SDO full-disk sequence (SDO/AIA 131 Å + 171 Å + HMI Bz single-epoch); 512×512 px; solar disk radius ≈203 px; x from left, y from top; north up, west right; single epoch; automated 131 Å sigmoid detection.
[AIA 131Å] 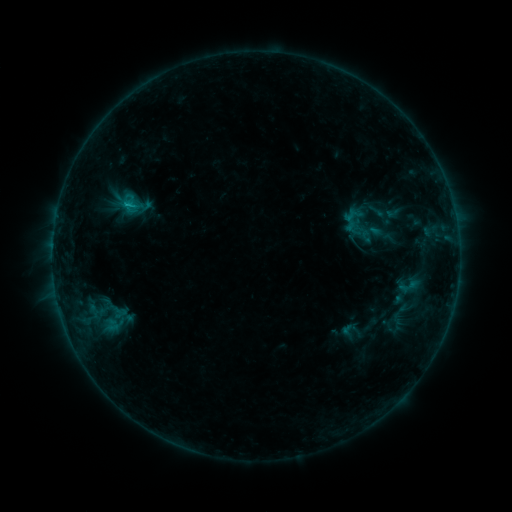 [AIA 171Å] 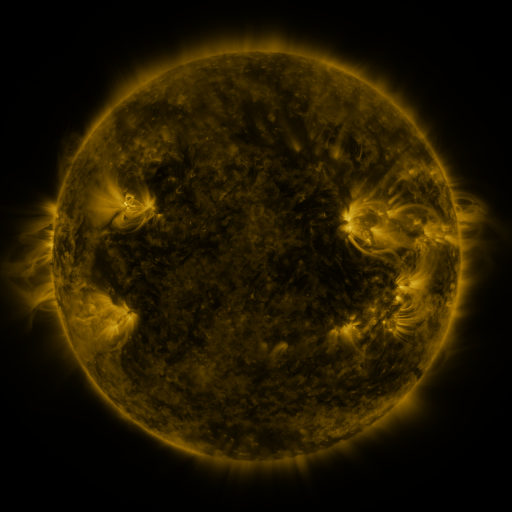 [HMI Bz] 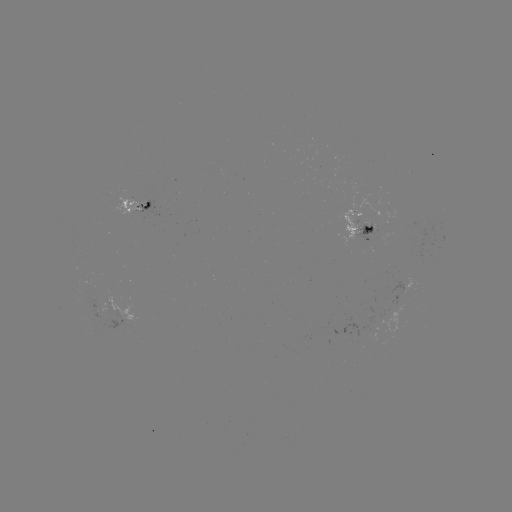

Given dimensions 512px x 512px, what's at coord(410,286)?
sigmoid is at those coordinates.